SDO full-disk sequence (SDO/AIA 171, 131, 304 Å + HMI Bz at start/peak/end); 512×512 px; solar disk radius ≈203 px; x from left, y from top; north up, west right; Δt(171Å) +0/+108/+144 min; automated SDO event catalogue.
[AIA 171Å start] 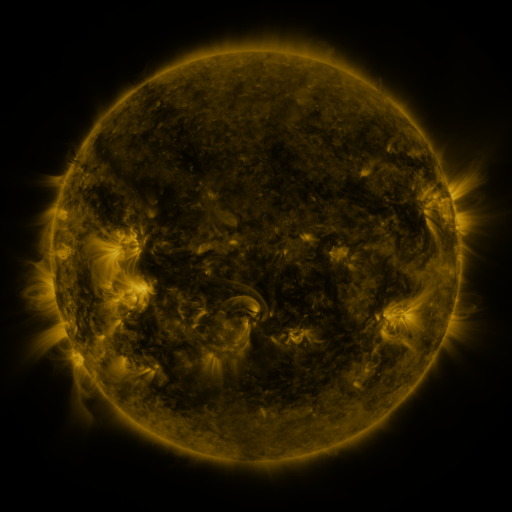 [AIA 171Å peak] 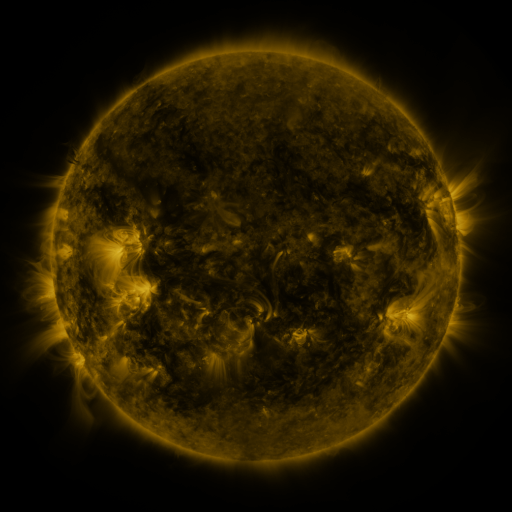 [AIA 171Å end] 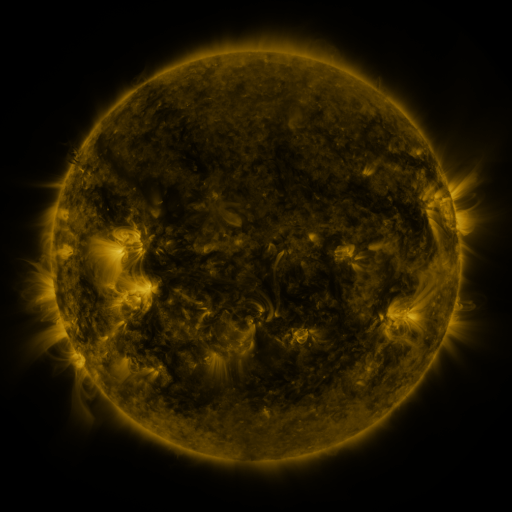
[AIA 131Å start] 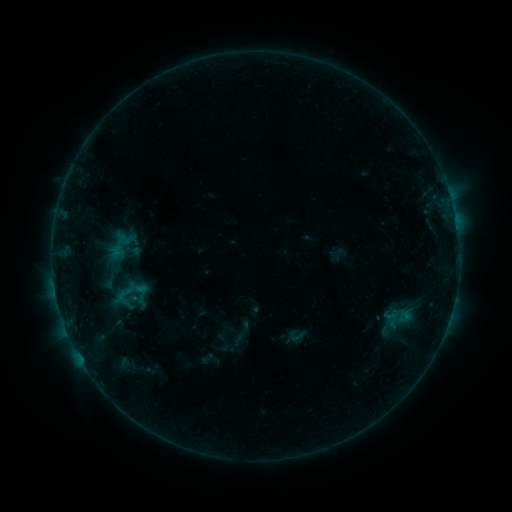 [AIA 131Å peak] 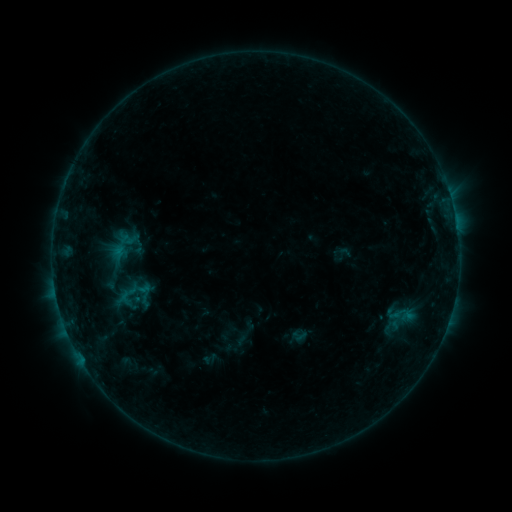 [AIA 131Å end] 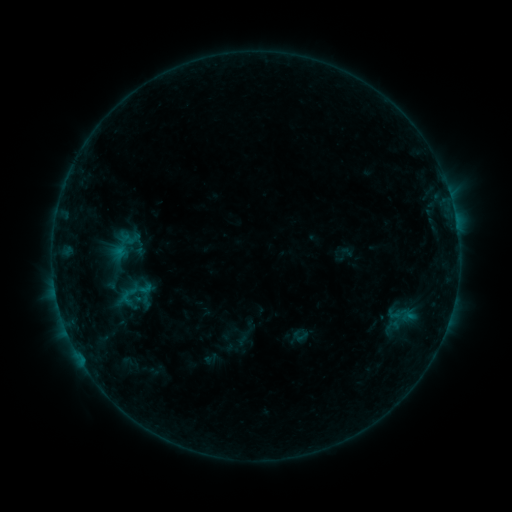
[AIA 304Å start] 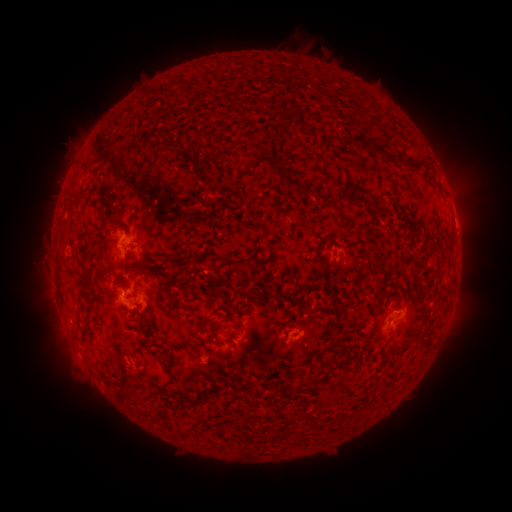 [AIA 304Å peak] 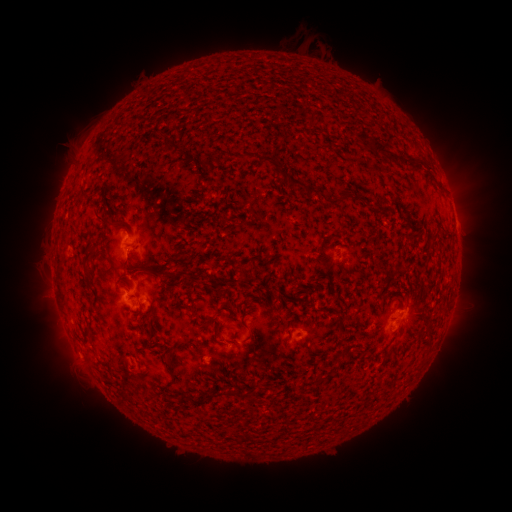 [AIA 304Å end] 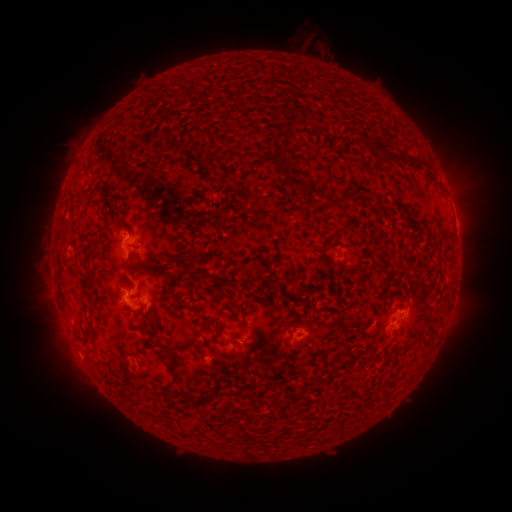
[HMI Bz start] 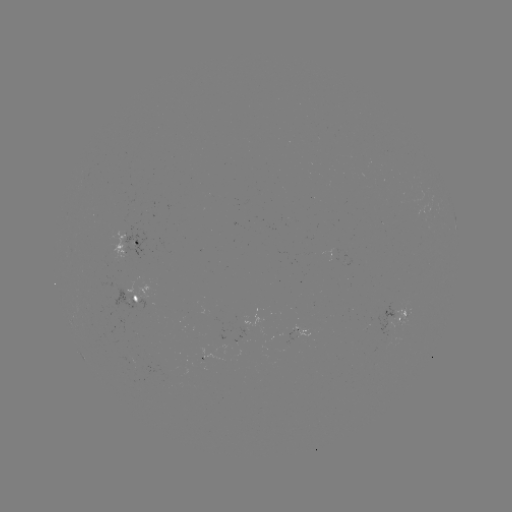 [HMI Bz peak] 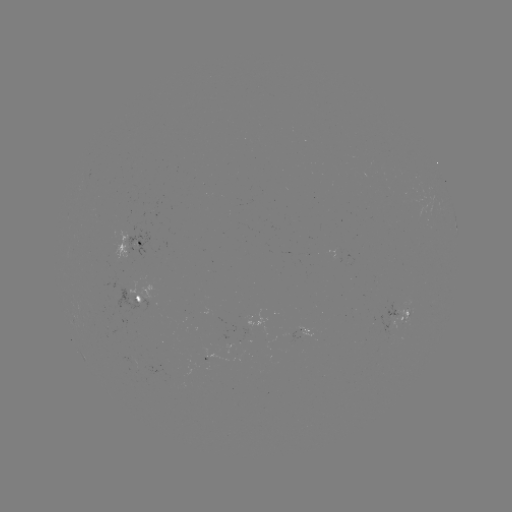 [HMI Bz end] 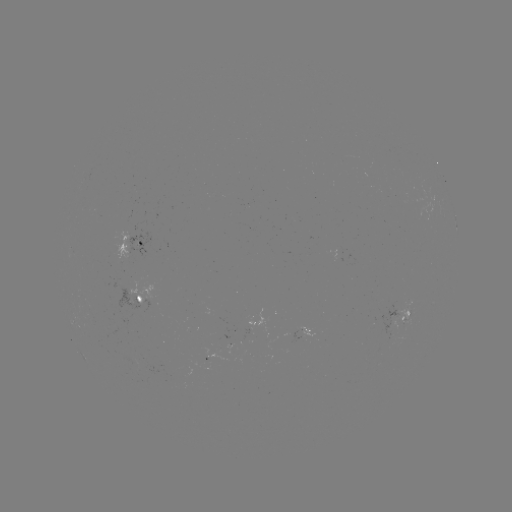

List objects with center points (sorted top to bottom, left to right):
emerging-flux region: (390, 327)
